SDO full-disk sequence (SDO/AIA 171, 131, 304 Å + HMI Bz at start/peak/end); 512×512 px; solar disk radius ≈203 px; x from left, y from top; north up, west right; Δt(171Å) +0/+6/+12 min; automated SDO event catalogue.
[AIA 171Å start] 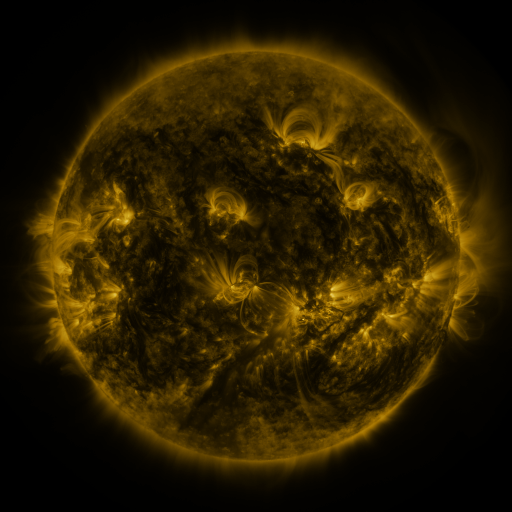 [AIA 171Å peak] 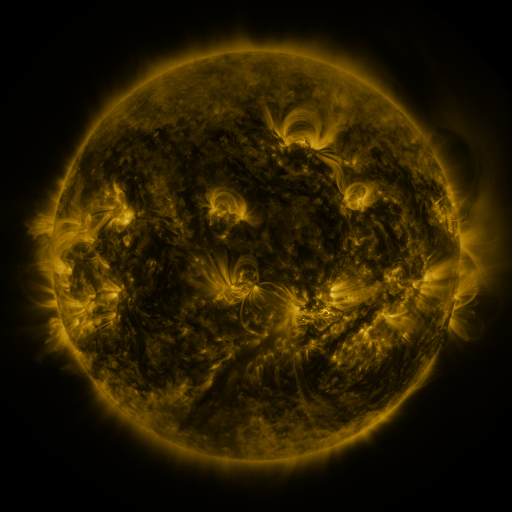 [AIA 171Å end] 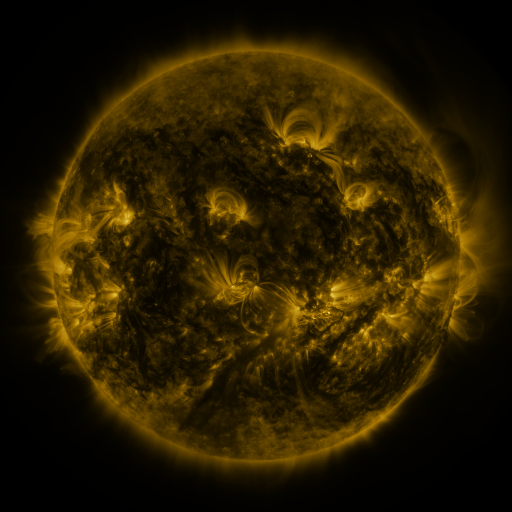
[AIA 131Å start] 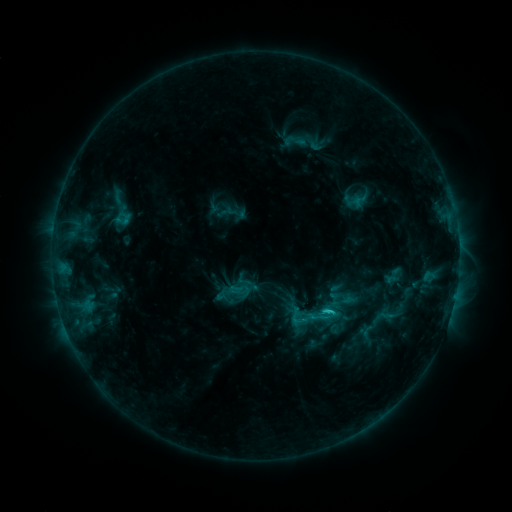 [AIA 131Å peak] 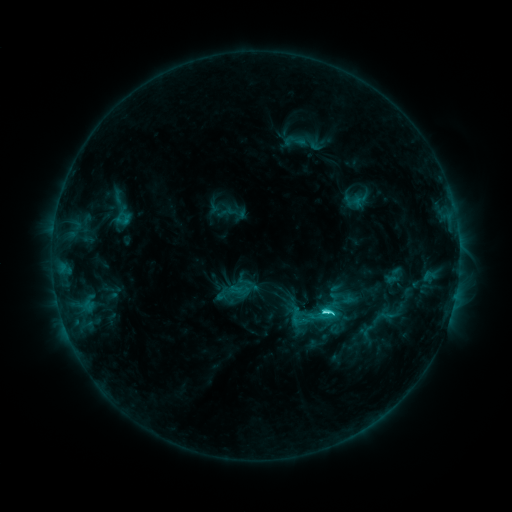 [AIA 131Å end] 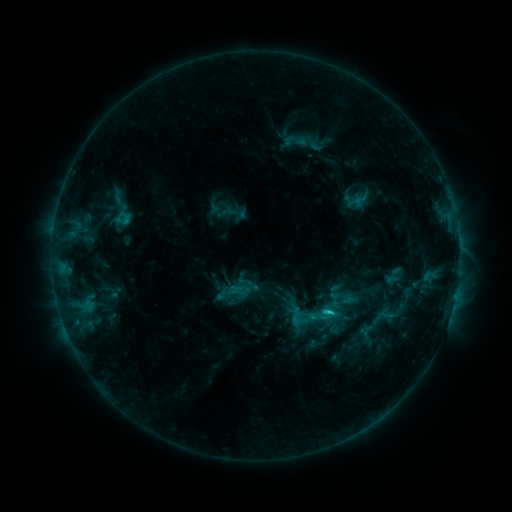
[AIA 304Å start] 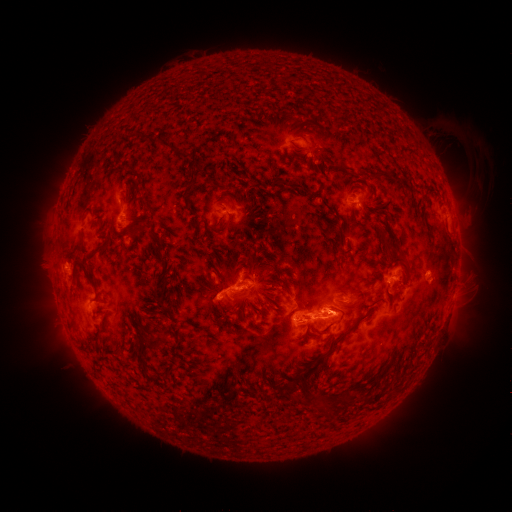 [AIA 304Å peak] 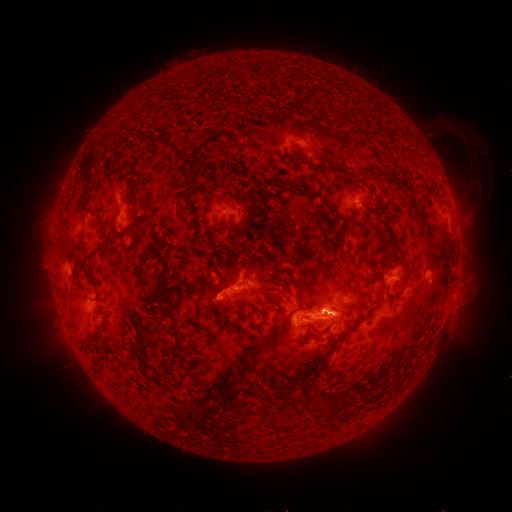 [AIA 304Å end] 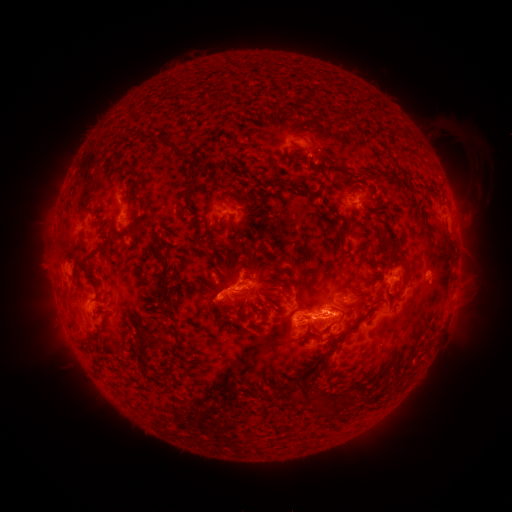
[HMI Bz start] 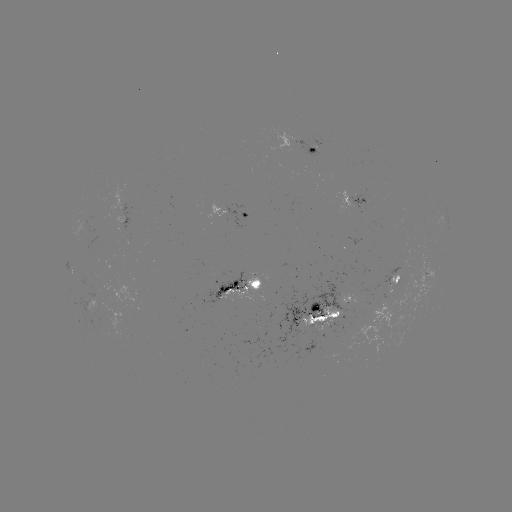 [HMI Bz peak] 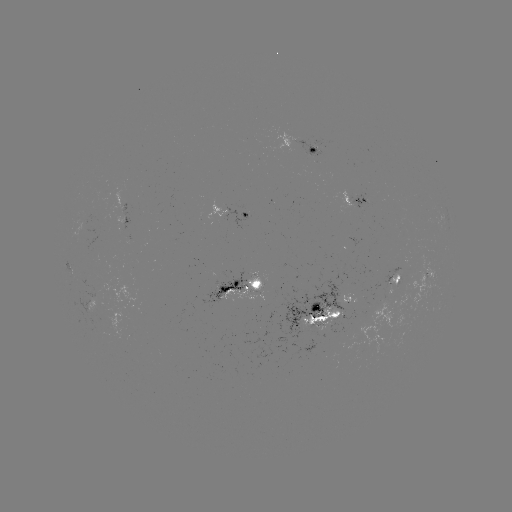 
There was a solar flare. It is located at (322, 311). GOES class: C4.0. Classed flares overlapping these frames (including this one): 1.